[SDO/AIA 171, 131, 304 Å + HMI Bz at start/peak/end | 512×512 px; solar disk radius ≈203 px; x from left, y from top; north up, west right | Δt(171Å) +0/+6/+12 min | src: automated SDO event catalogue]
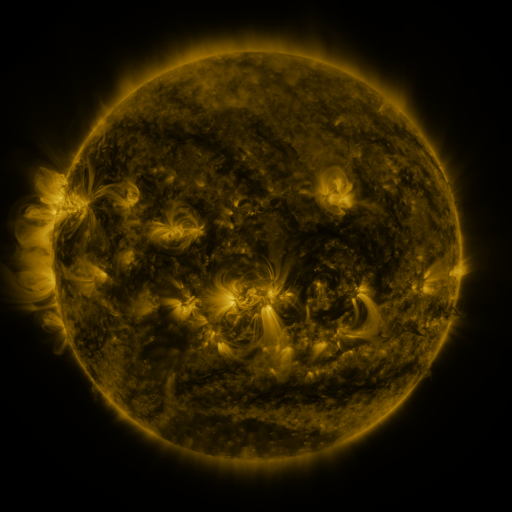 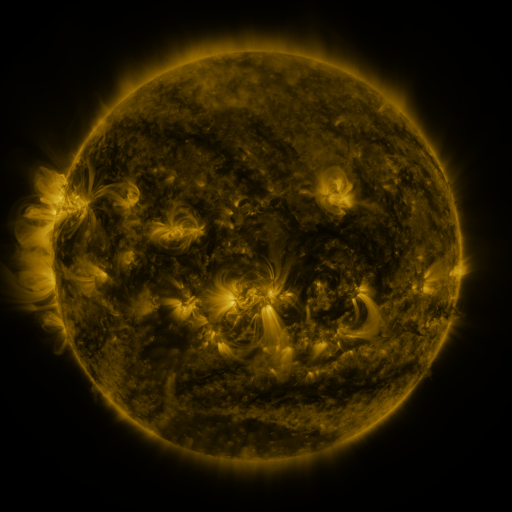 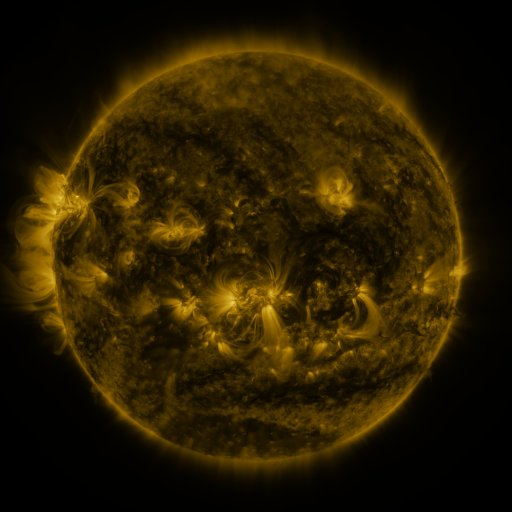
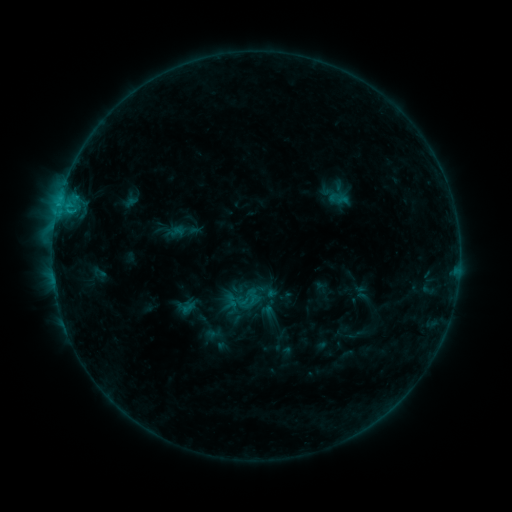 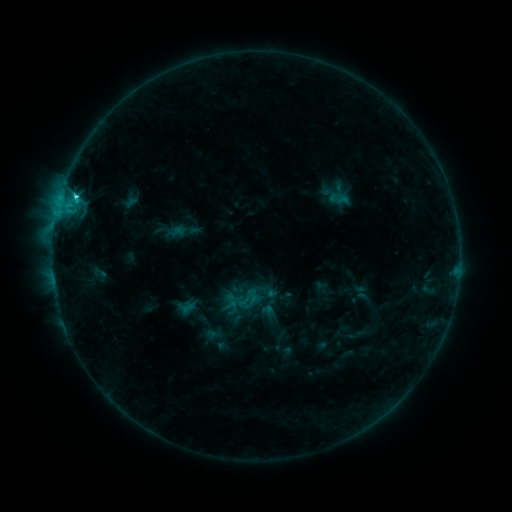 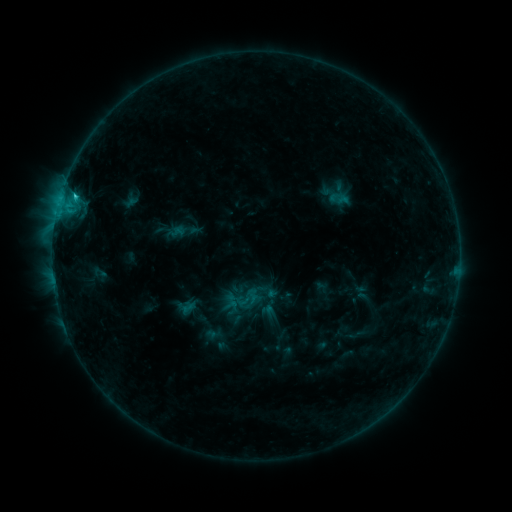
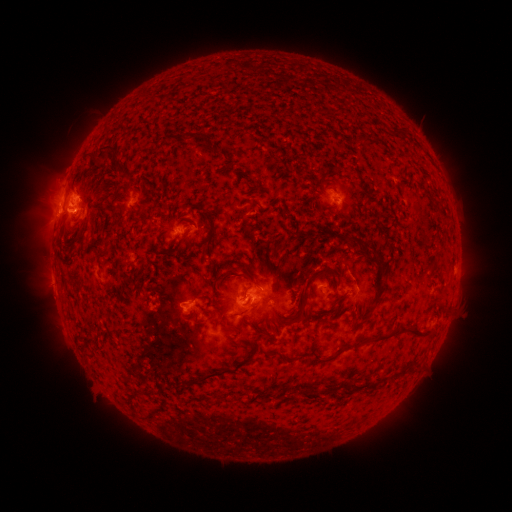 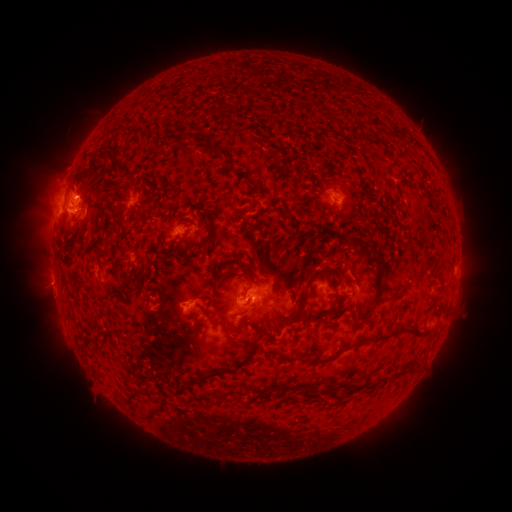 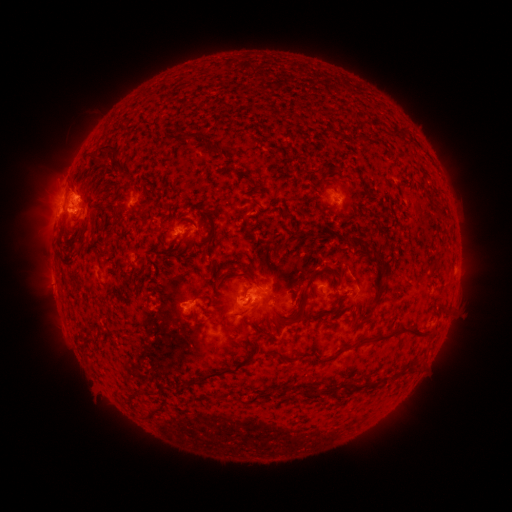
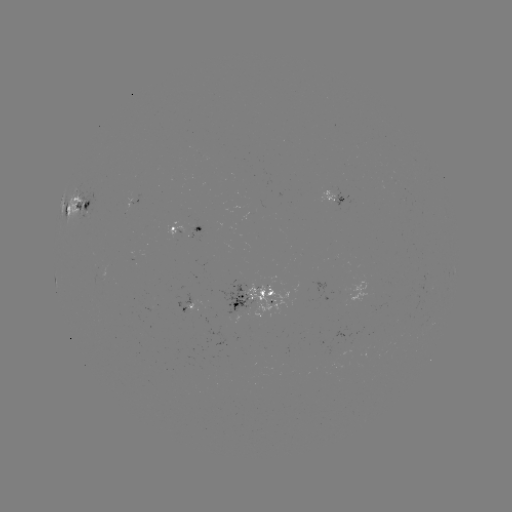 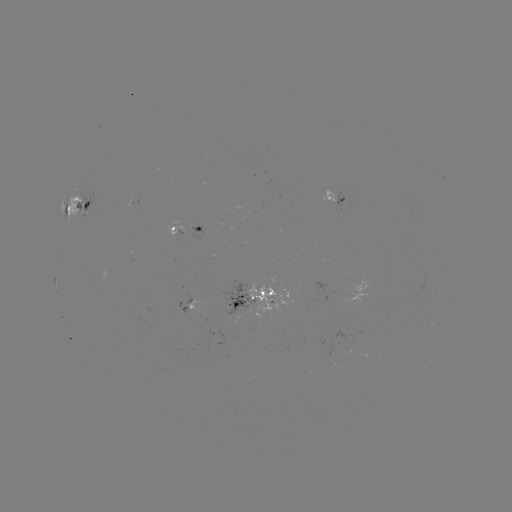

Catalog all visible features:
C2.0 flare: (77, 198)
